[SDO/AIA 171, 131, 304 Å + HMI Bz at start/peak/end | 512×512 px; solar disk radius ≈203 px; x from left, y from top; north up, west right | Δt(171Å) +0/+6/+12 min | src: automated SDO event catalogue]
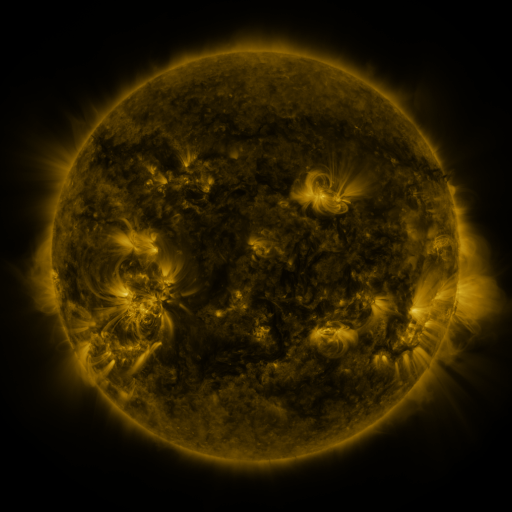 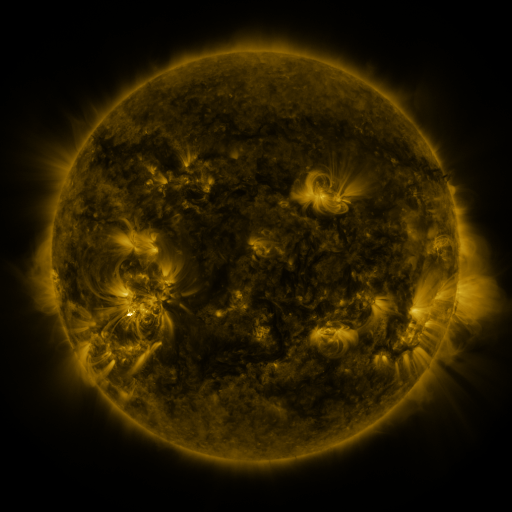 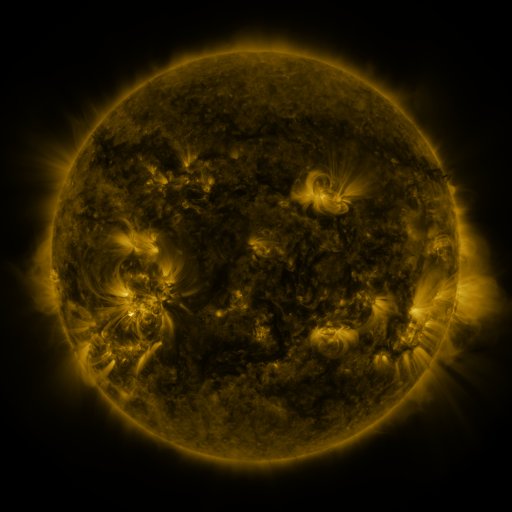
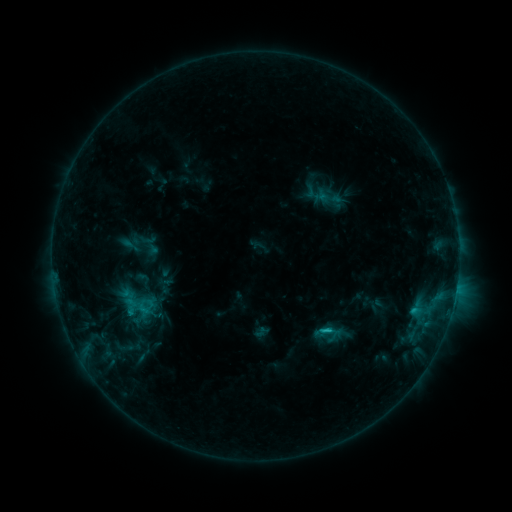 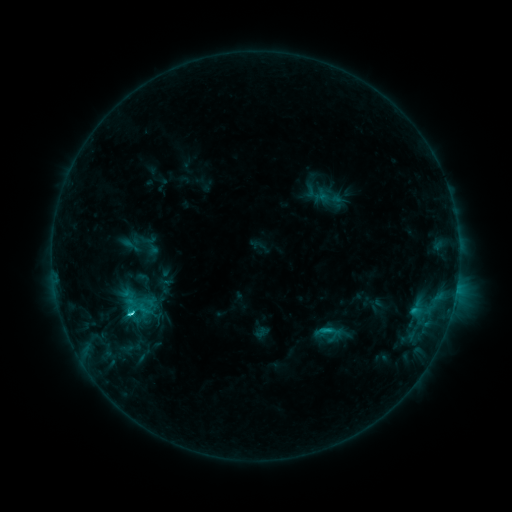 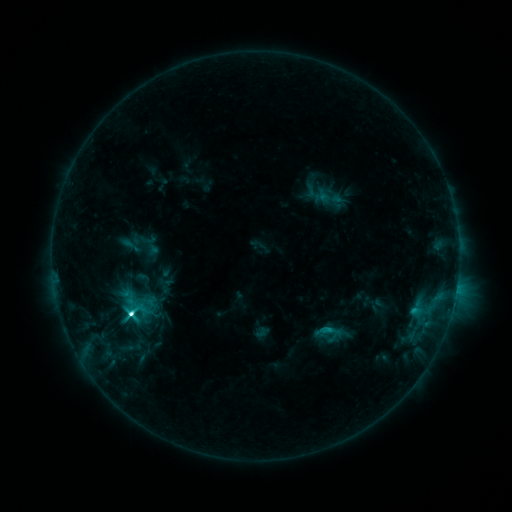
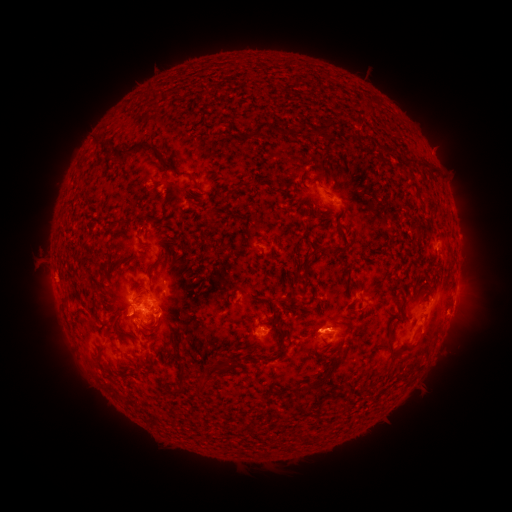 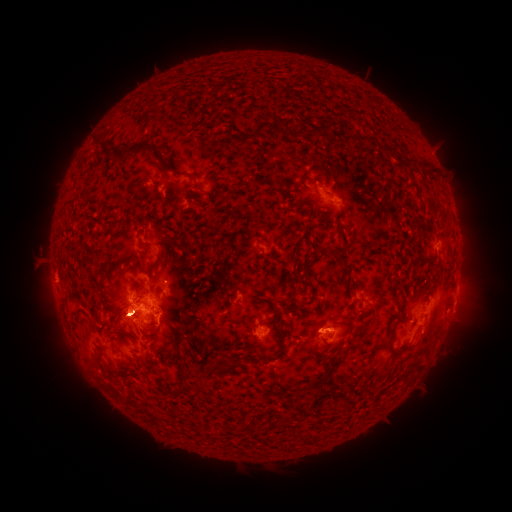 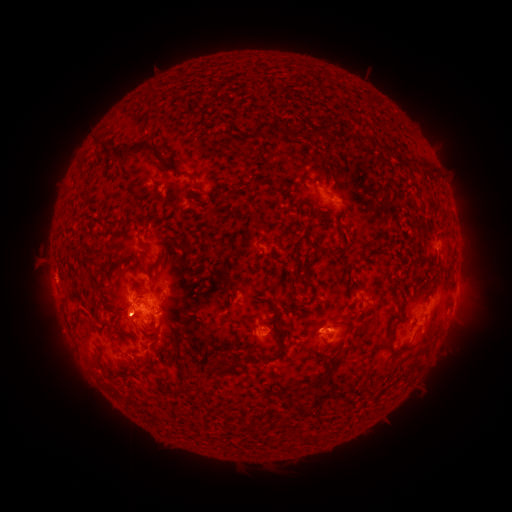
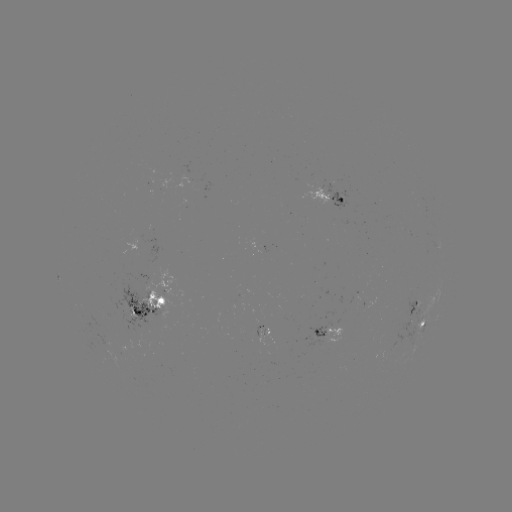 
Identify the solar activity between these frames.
eruption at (119, 328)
